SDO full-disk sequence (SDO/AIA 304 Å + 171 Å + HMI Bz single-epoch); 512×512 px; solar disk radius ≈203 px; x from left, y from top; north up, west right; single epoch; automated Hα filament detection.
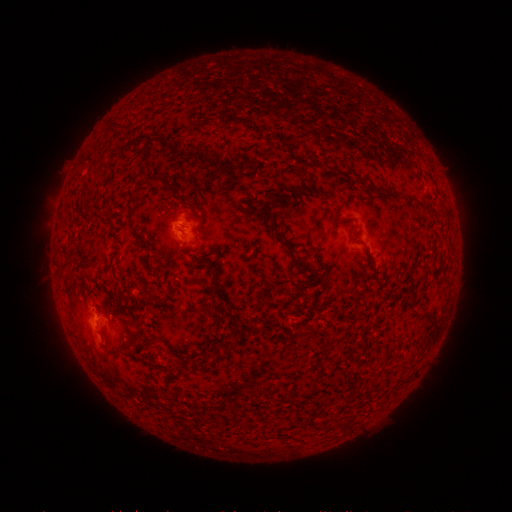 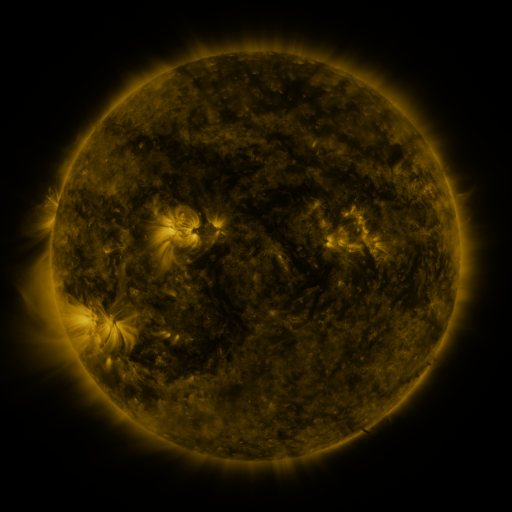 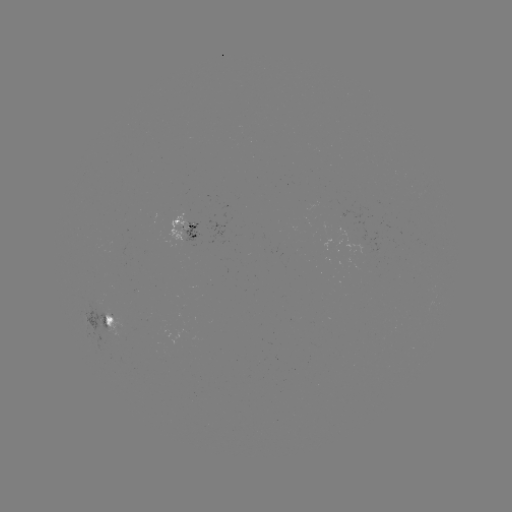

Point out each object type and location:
filament: (270, 148)
filament: (254, 160)
filament: (156, 179)
filament: (395, 194)
filament: (410, 200)
filament: (268, 214)
filament: (289, 244)
filament: (213, 280)
